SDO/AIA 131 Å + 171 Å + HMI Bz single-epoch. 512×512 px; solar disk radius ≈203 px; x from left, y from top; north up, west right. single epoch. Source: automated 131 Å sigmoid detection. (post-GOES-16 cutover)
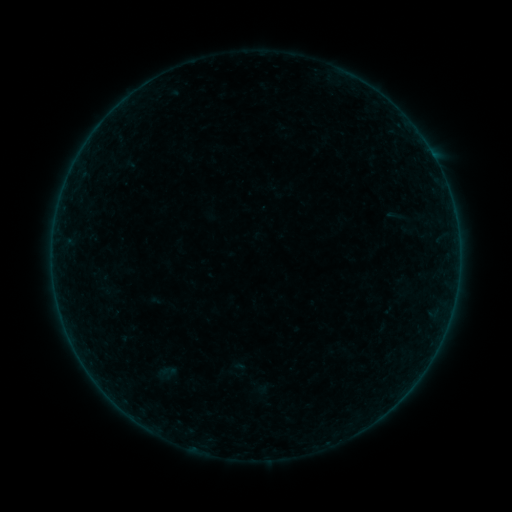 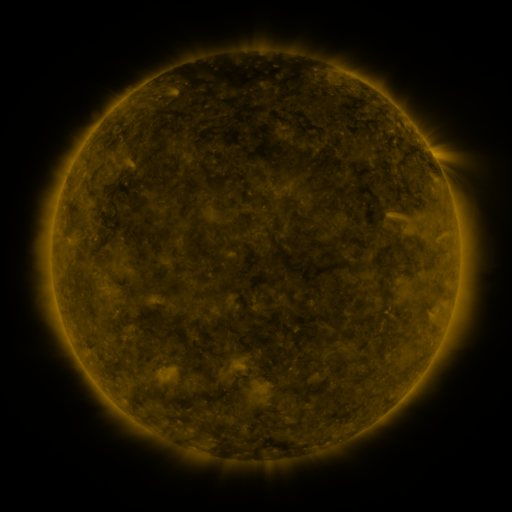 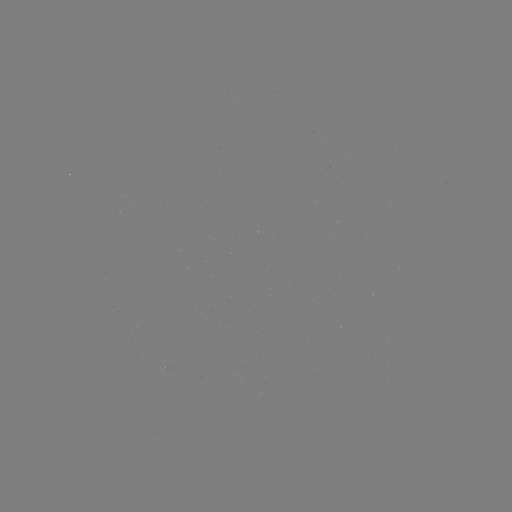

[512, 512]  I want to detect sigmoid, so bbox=[154, 361, 181, 381].